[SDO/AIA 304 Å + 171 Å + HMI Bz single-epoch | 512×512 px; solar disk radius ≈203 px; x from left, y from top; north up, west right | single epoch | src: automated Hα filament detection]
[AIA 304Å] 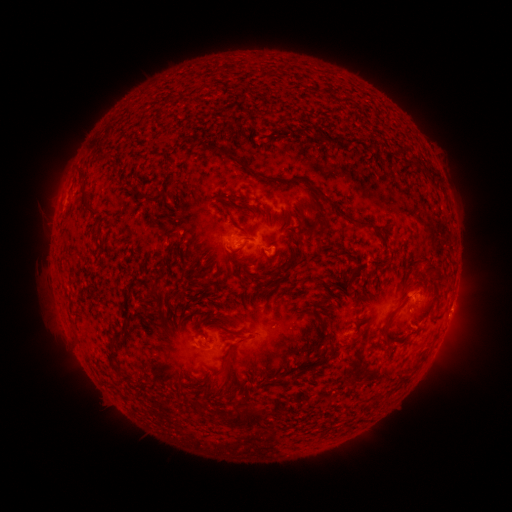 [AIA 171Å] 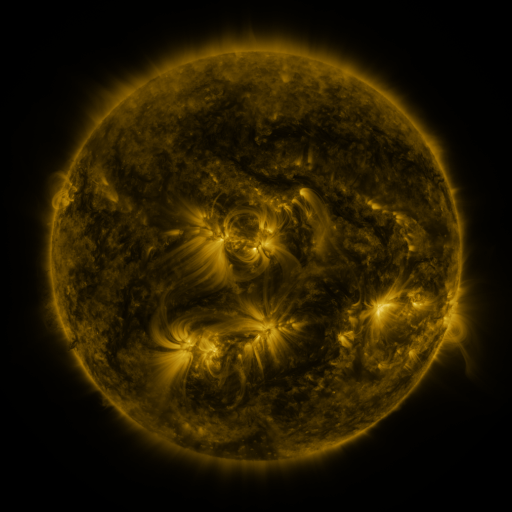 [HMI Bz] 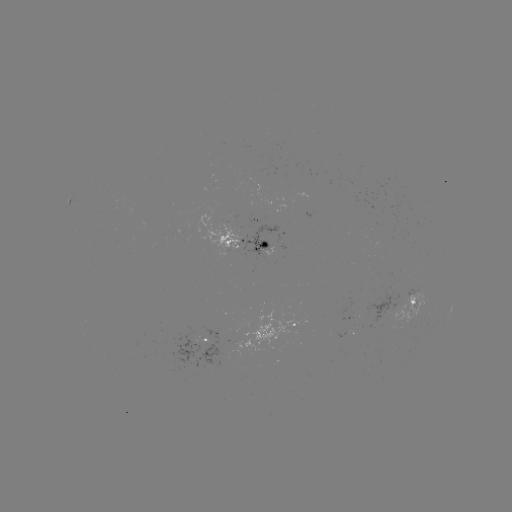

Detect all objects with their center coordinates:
filament: <bbox>212, 146, 245, 165</bbox>
filament: <bbox>77, 164, 86, 177</bbox>
filament: <bbox>425, 166, 435, 176</bbox>
filament: <bbox>262, 175, 283, 184</bbox>
filament: <bbox>81, 188, 91, 200</bbox>
filament: <bbox>319, 191, 328, 199</bbox>
filament: <bbox>217, 202, 231, 215</bbox>
filament: <bbox>336, 209, 370, 228</bbox>
filament: <bbox>299, 215, 316, 231</bbox>
filament: <bbox>293, 233, 302, 243</bbox>
filament: <bbox>229, 247, 242, 254</bbox>
filament: <bbox>228, 255, 240, 265</bbox>
filament: <bbox>410, 260, 441, 287</bbox>
filament: <bbox>345, 277, 352, 290</bbox>
filament: <bbox>149, 283, 165, 295</bbox>
filament: <bbox>381, 310, 396, 336</bbox>
filament: <bbox>311, 313, 326, 328</bbox>
filament: <bbox>429, 314, 442, 323</bbox>
filament: <bbox>106, 330, 122, 362</bbox>
filament: <bbox>321, 330, 334, 344</bbox>
filament: <bbox>319, 354, 328, 366</bbox>
filament: <bbox>217, 373, 226, 386</bbox>
filament: <bbox>227, 403, 262, 429</bbox>
